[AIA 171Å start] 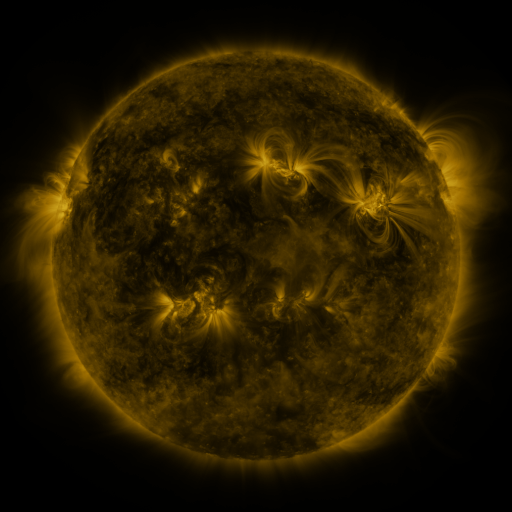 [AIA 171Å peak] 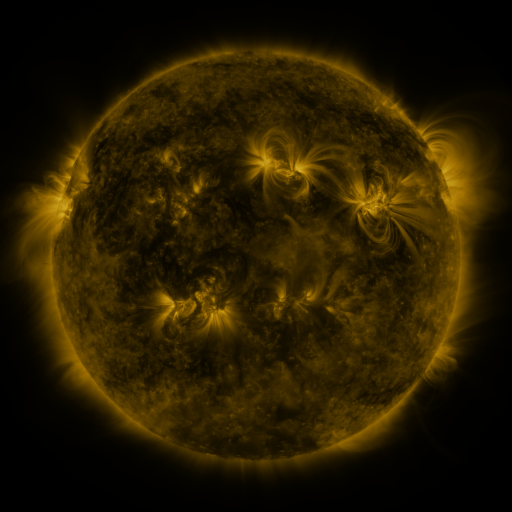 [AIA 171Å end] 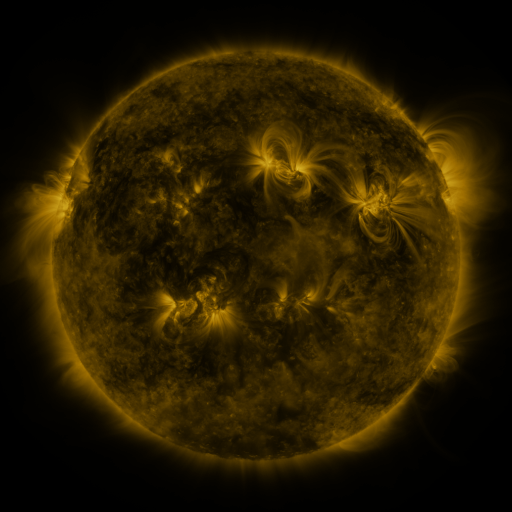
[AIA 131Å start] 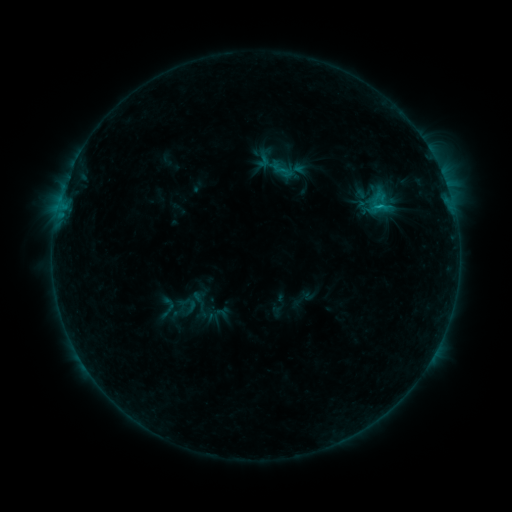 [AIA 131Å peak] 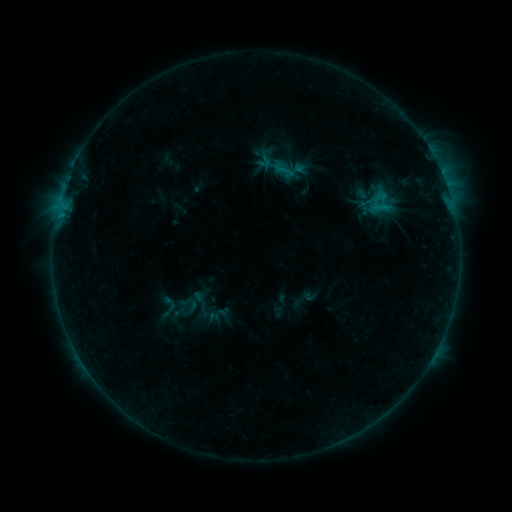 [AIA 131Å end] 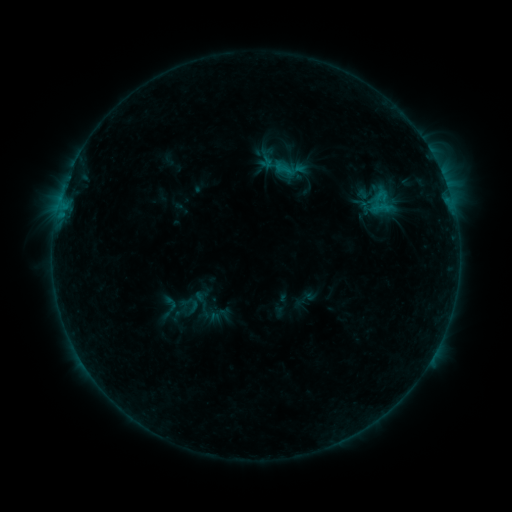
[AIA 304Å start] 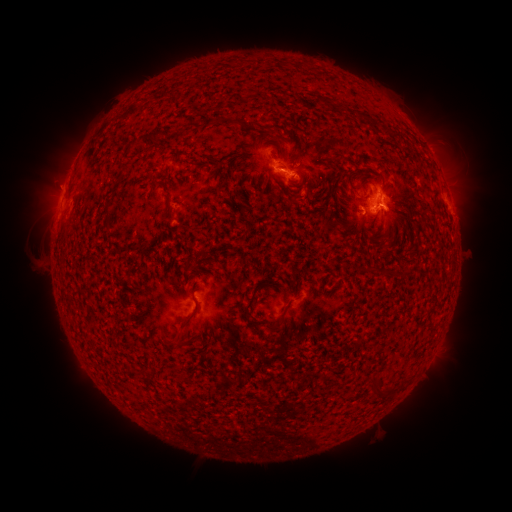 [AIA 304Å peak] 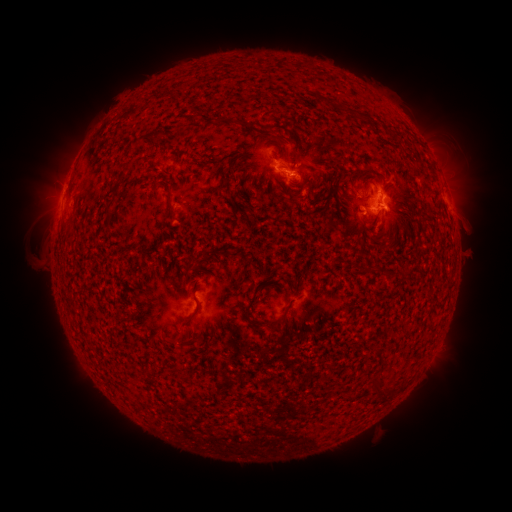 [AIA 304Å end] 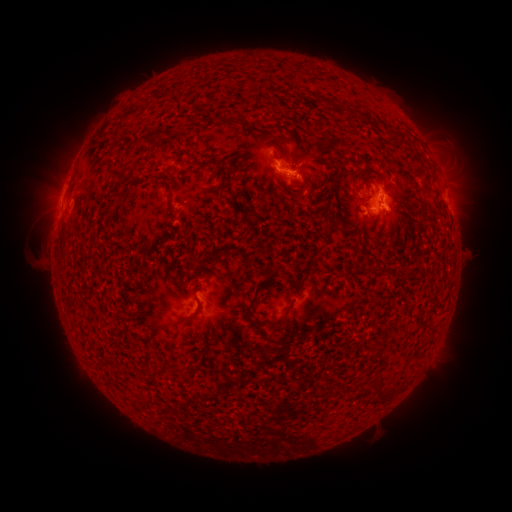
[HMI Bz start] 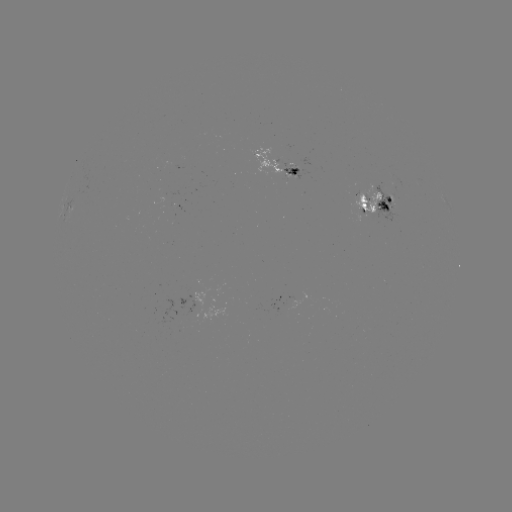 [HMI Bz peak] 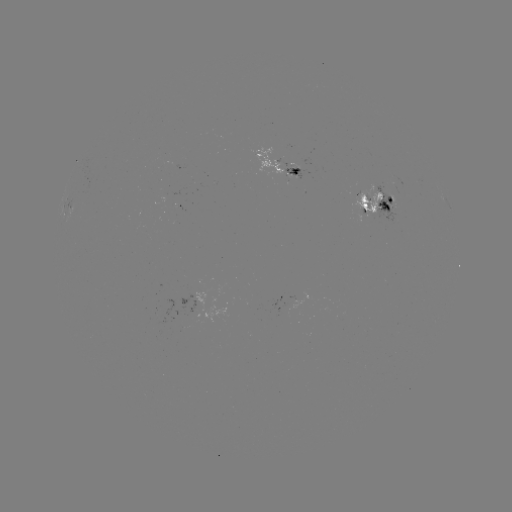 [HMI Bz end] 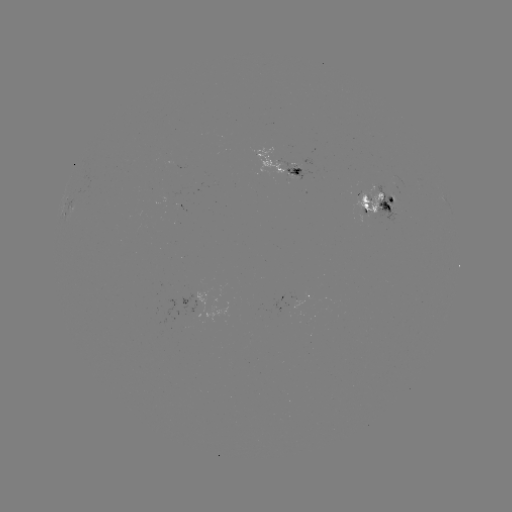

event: emerging-flux region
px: (367, 206)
